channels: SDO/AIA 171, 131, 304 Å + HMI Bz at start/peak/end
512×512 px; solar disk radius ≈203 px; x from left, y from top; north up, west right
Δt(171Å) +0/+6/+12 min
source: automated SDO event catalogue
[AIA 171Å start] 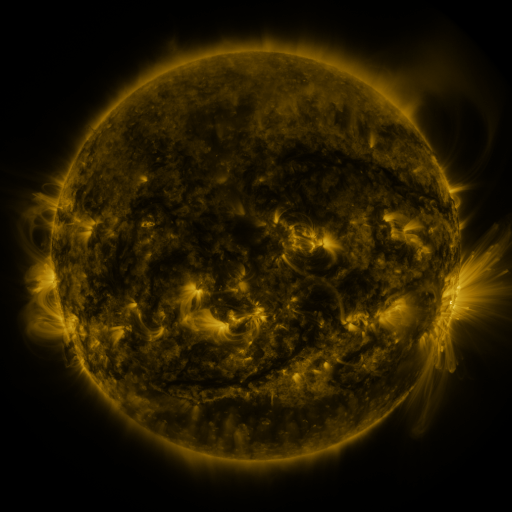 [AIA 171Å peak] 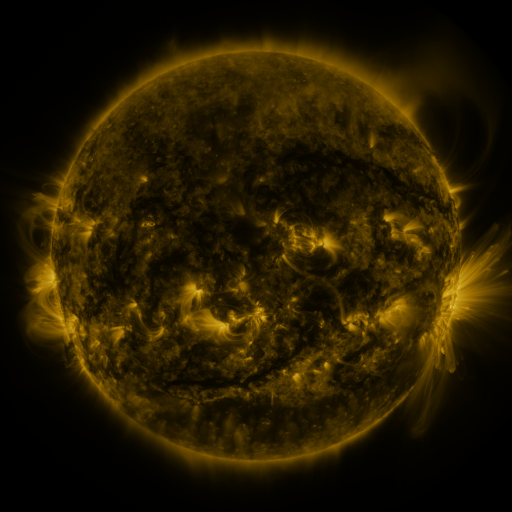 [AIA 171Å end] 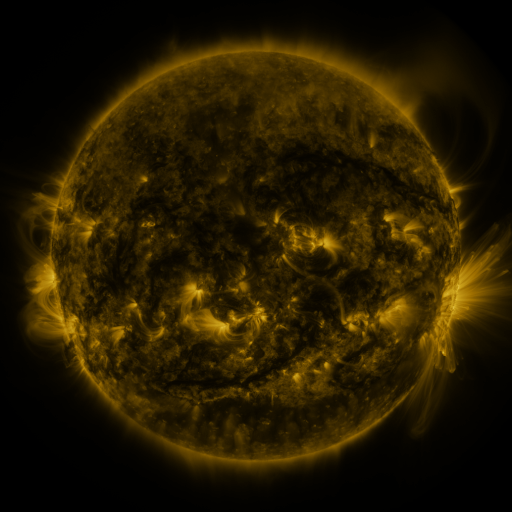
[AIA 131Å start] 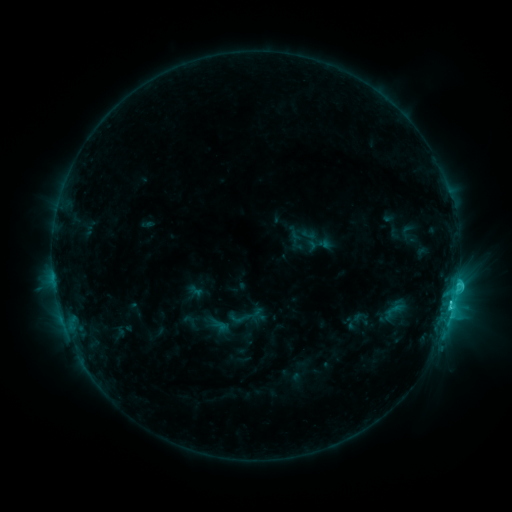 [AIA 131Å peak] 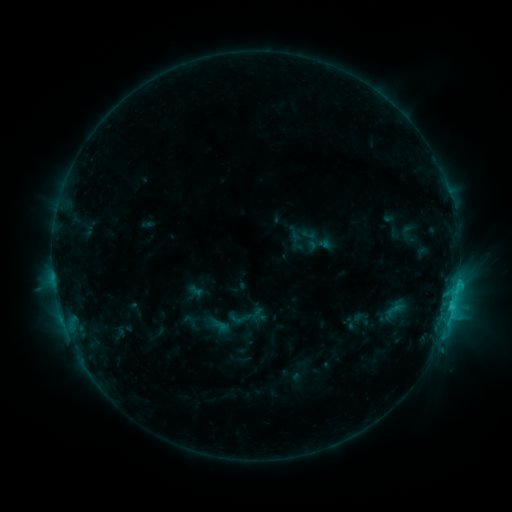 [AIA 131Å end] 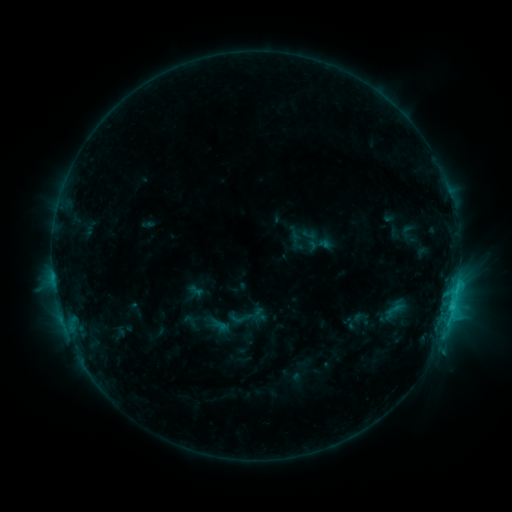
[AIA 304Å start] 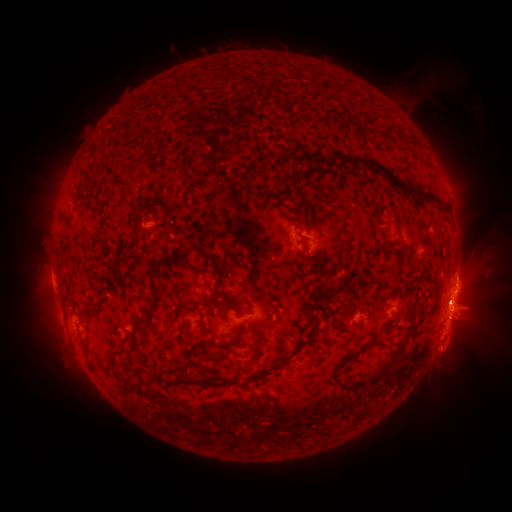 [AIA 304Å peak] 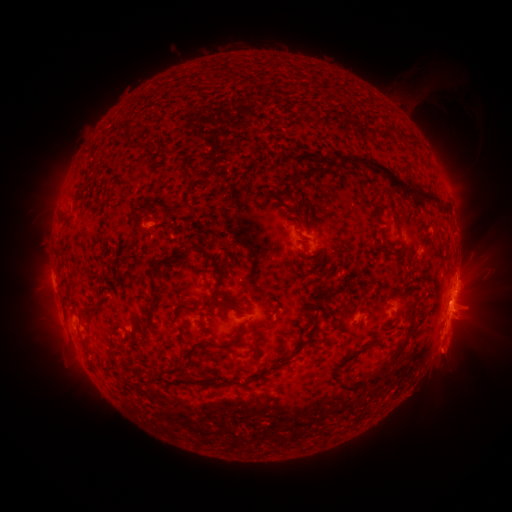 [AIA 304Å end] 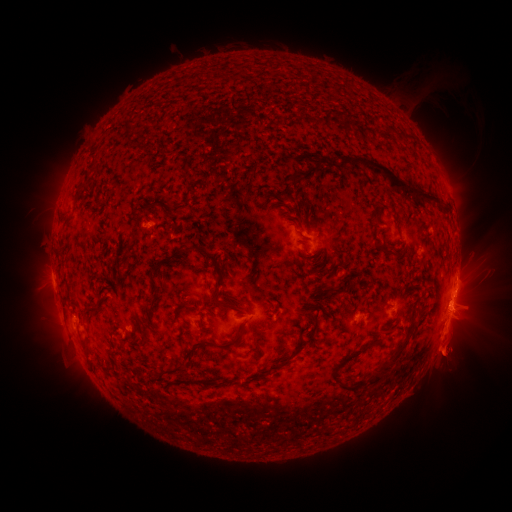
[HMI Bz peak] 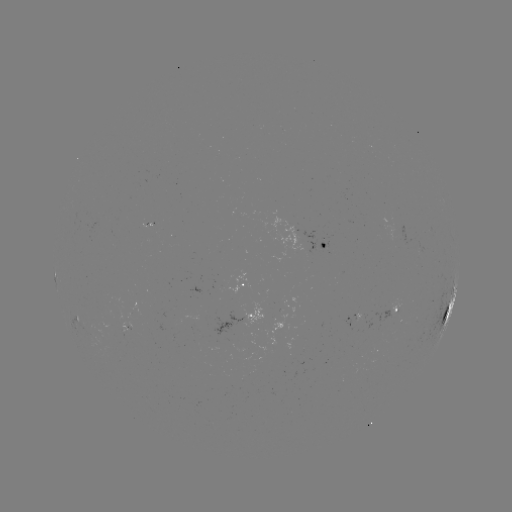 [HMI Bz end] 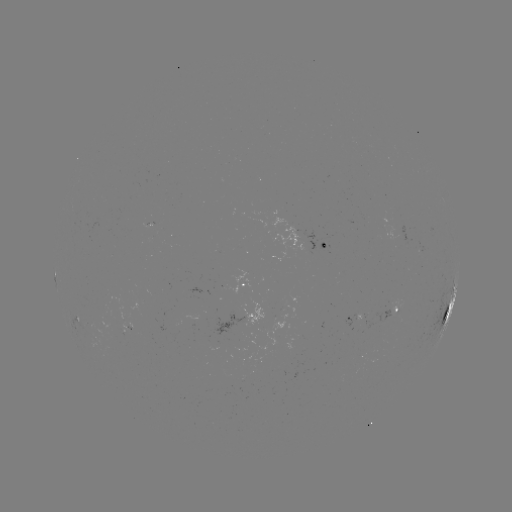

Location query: eruption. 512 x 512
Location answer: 450,353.